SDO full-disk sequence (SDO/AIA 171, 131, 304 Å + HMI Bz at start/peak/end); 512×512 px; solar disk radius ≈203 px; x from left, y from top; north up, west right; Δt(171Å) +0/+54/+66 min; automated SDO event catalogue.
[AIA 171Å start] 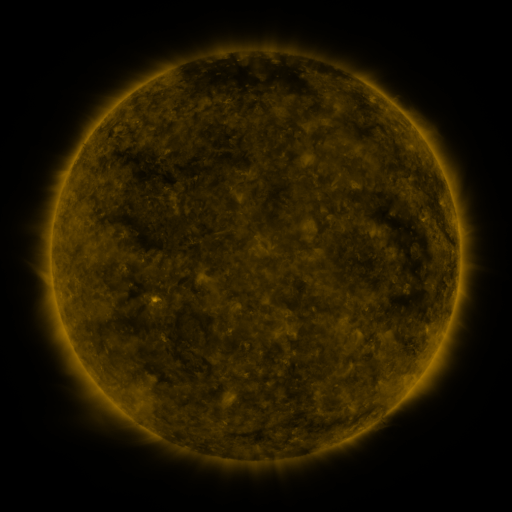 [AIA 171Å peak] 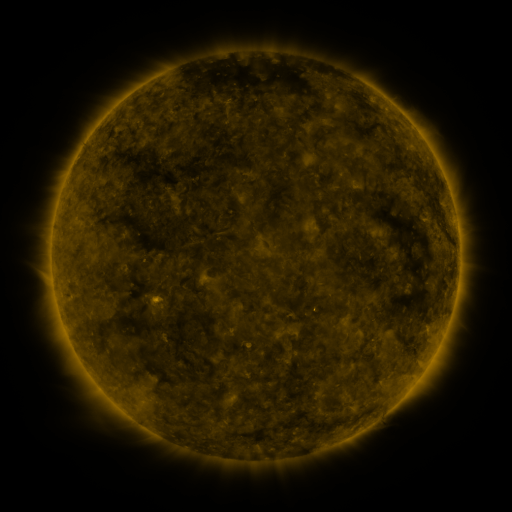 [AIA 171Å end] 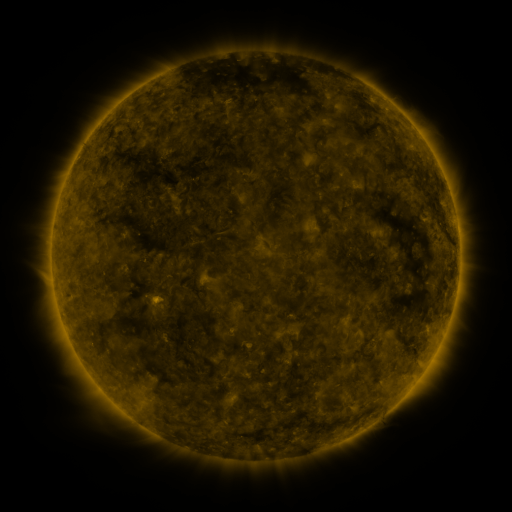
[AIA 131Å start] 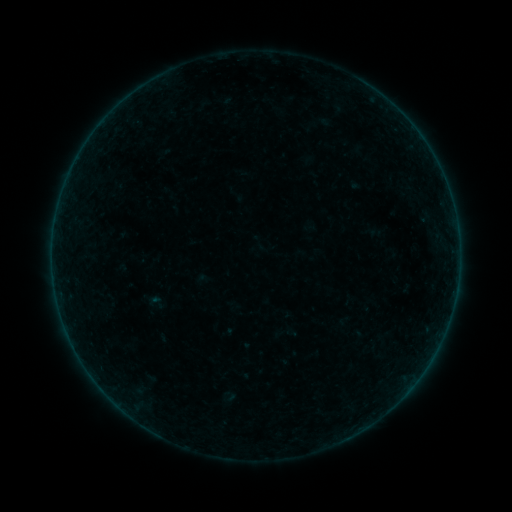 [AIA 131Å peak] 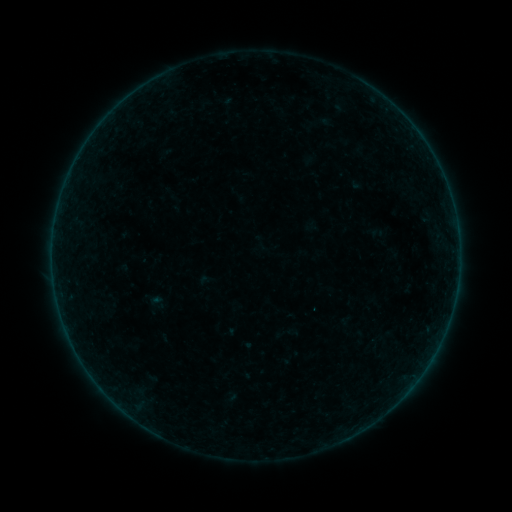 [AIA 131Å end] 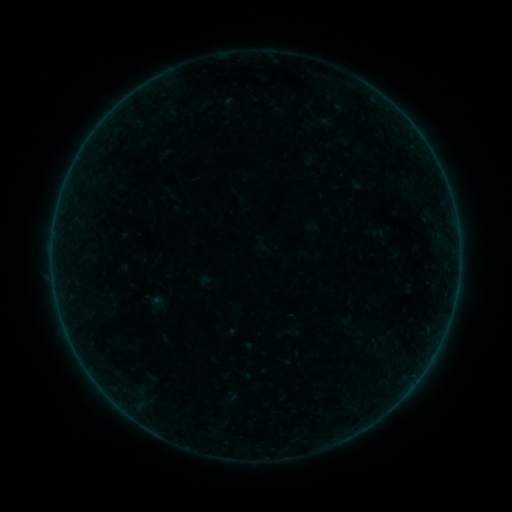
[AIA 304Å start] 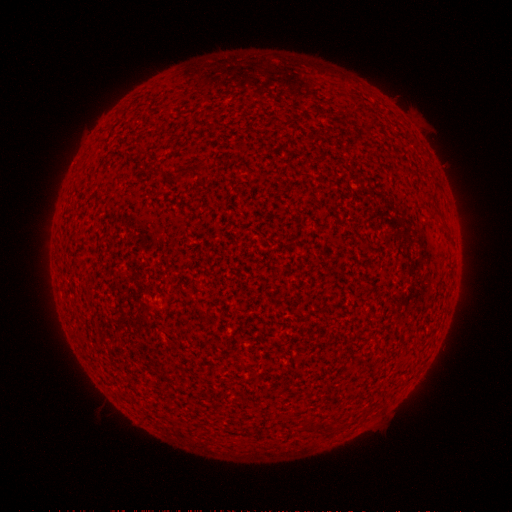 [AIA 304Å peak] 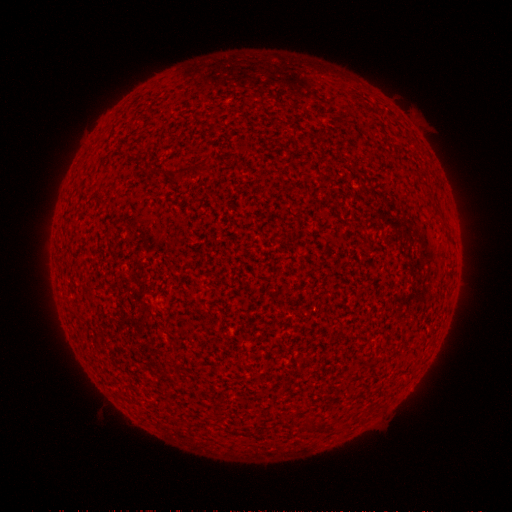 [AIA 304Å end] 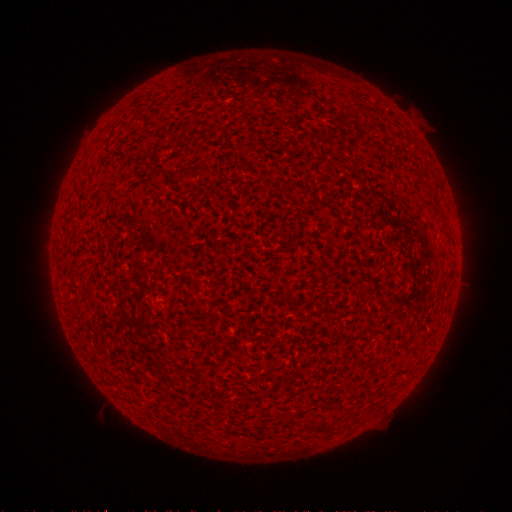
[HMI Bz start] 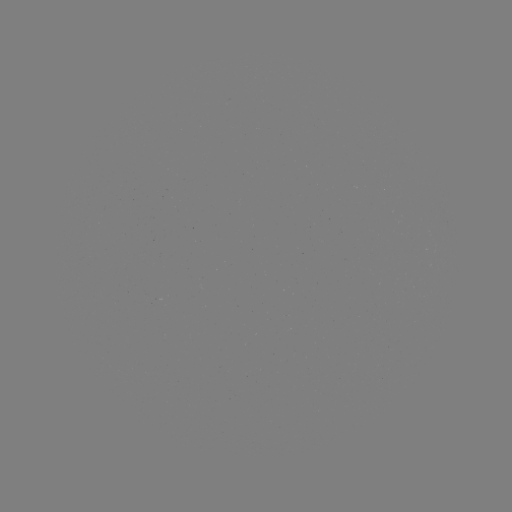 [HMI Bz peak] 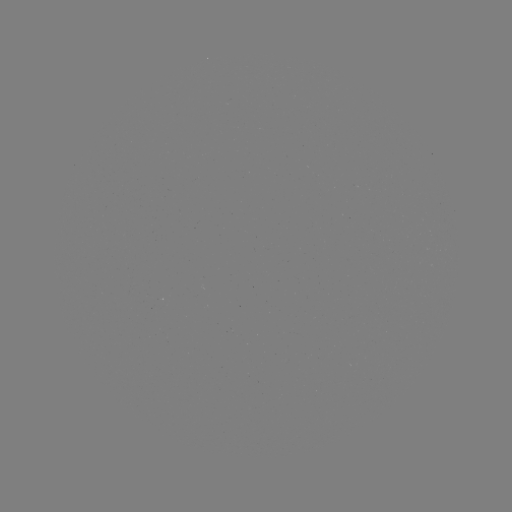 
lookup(A1.5 flare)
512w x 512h (431, 358)